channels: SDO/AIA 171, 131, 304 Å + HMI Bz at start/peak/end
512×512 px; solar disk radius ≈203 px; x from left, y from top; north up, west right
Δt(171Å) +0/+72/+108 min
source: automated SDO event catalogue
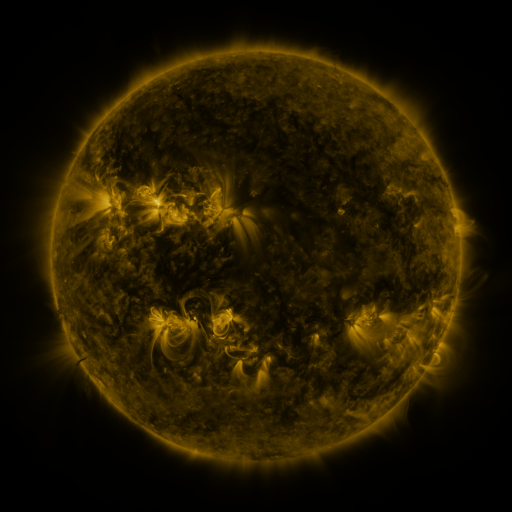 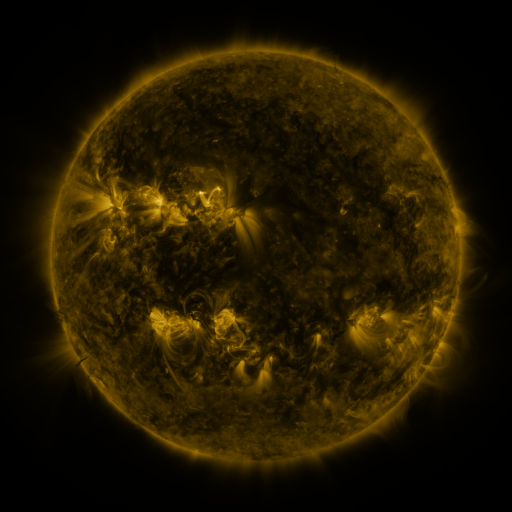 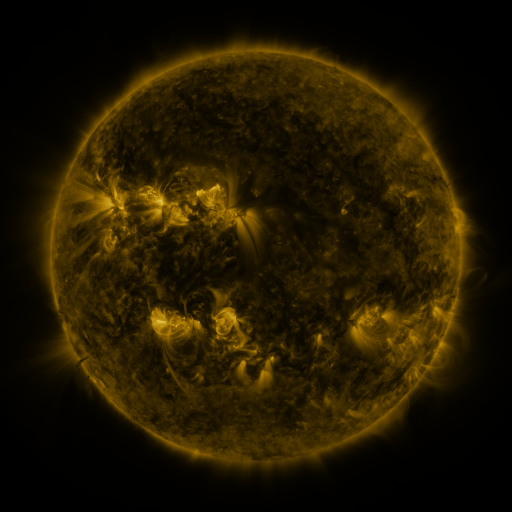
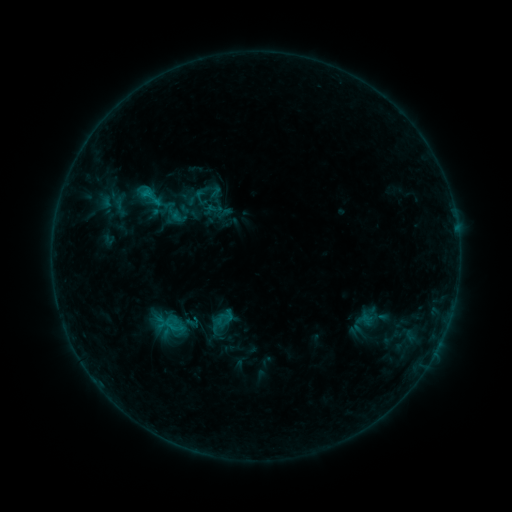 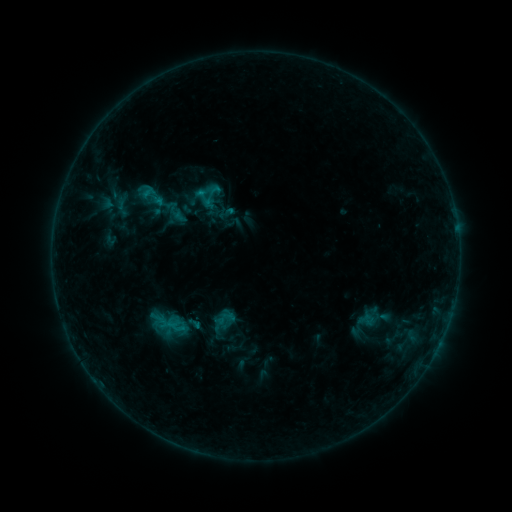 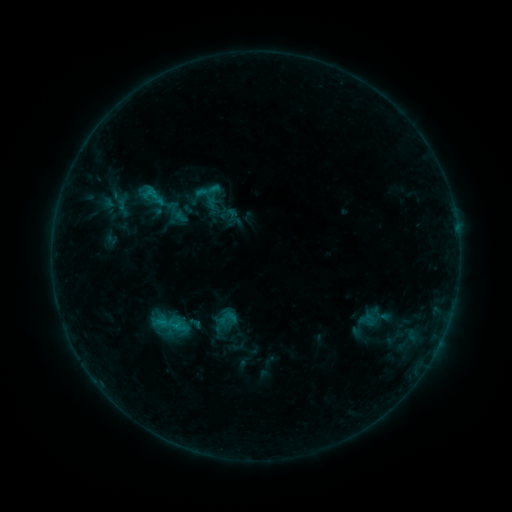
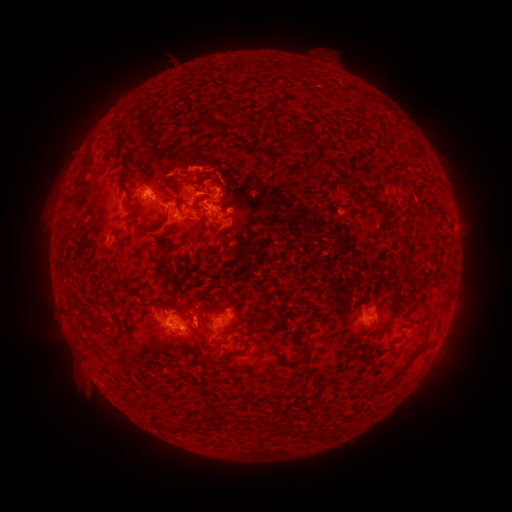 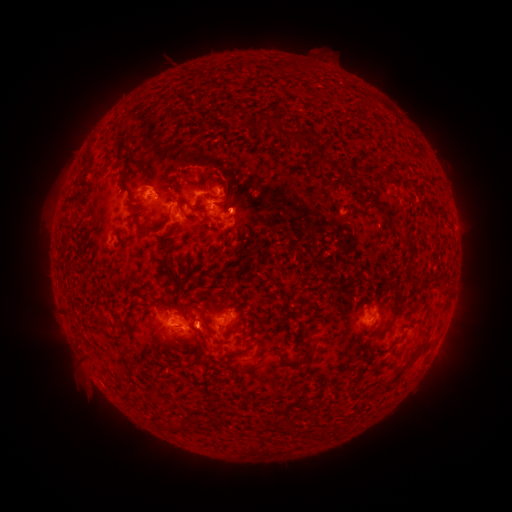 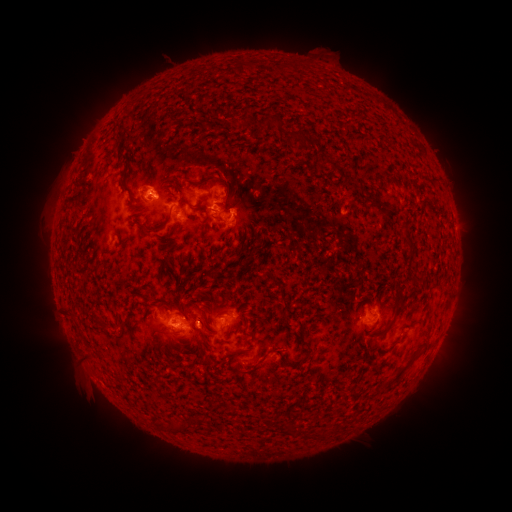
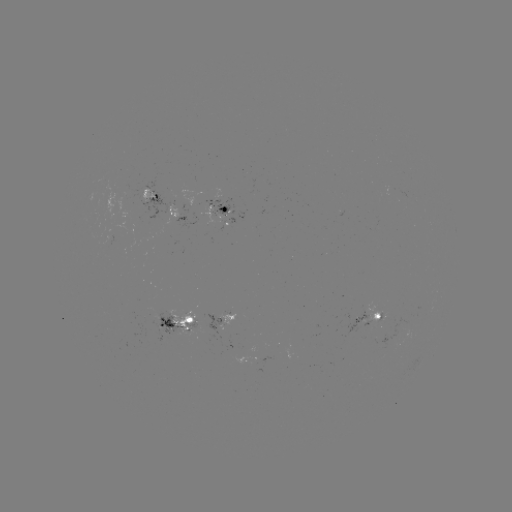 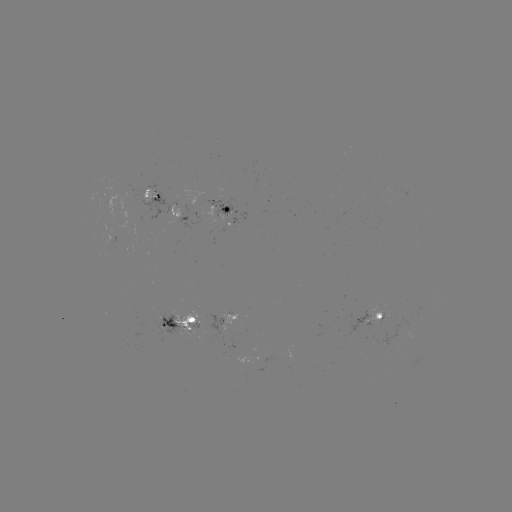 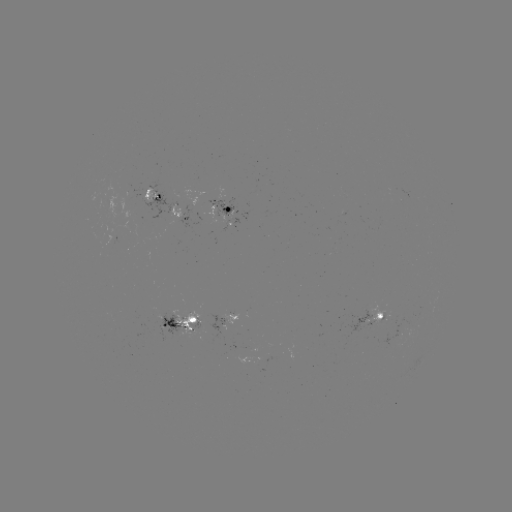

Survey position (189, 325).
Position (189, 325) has emerging-flux region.